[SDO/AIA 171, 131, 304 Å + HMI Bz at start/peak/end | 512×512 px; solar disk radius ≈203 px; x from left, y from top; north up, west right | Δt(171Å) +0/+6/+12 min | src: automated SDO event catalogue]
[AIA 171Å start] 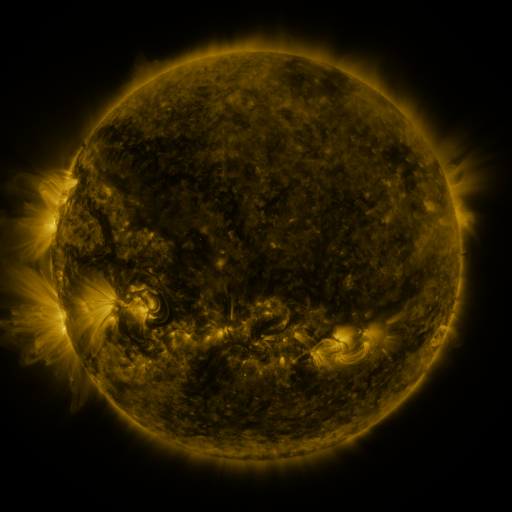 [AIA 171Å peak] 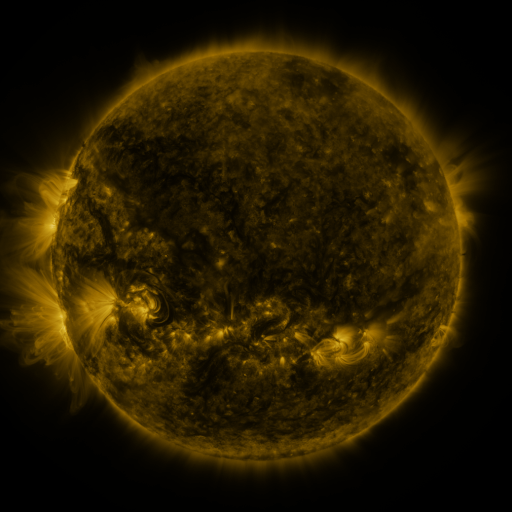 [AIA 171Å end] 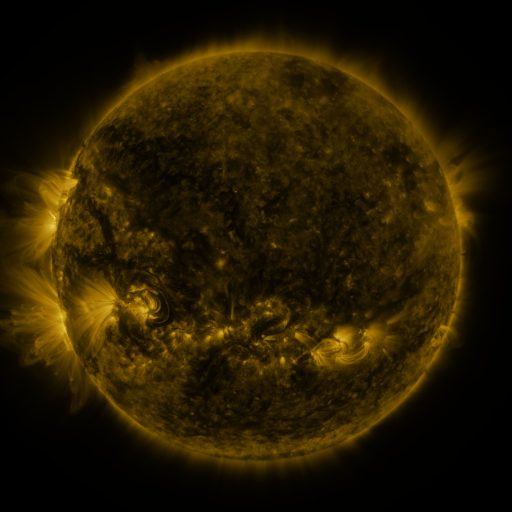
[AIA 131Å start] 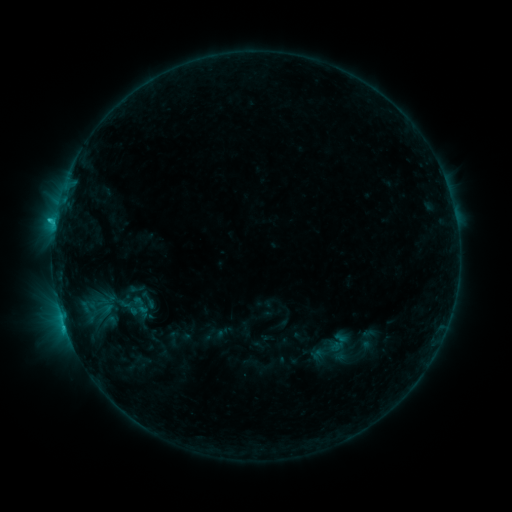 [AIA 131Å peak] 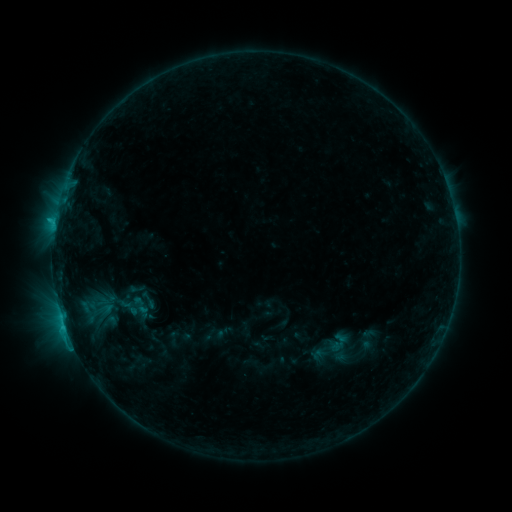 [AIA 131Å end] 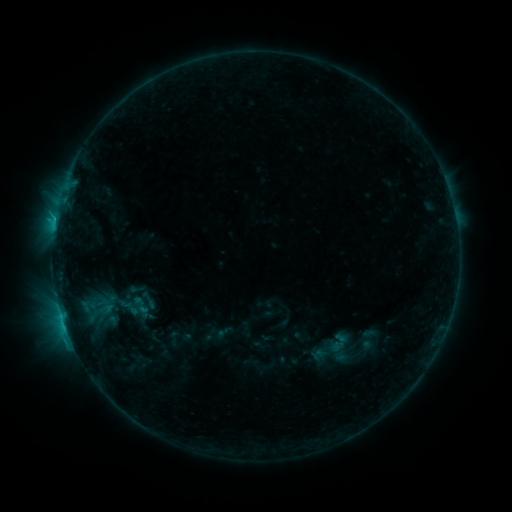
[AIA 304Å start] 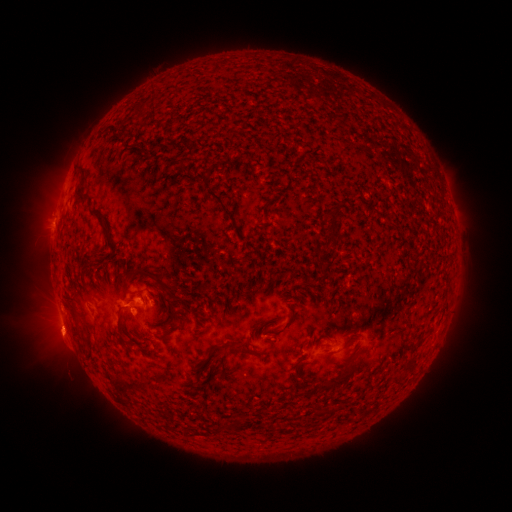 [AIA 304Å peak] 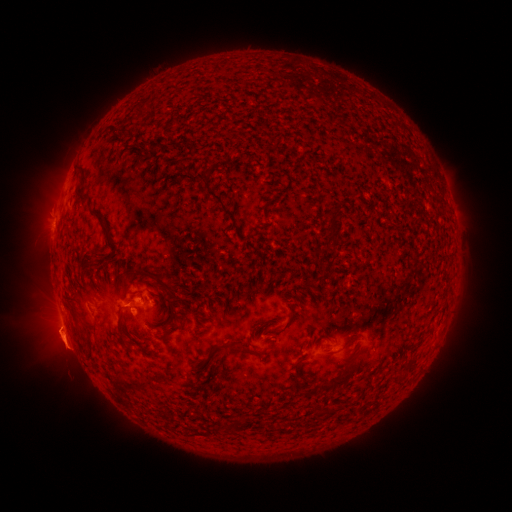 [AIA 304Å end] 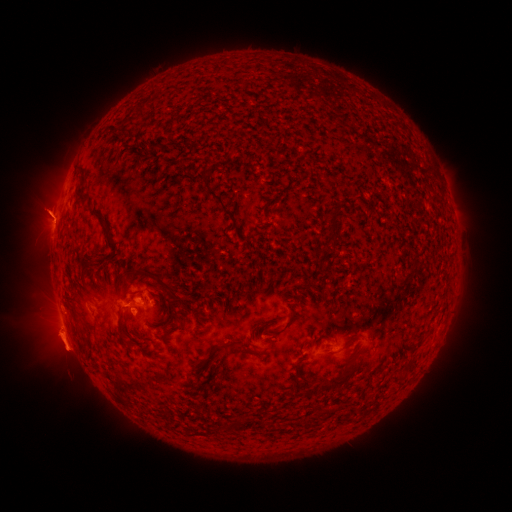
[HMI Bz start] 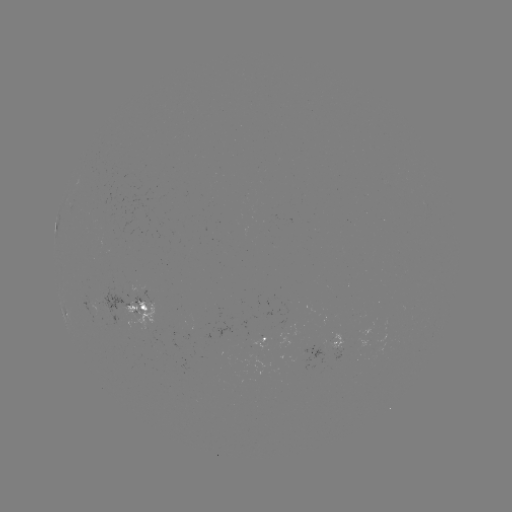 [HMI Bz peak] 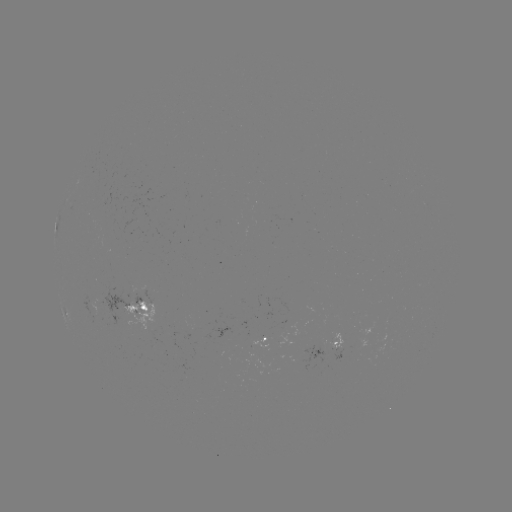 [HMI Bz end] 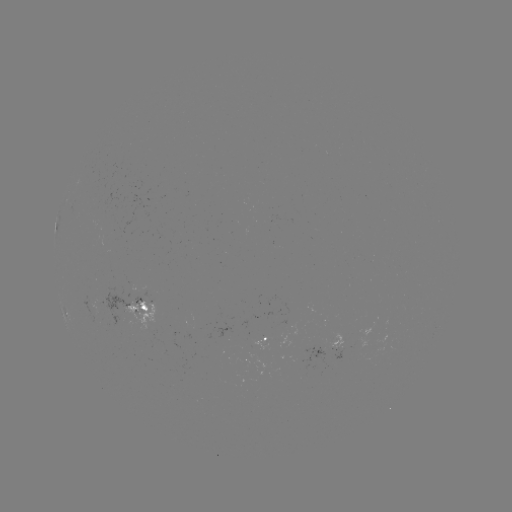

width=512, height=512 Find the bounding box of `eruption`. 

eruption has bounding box [28, 291, 95, 375].